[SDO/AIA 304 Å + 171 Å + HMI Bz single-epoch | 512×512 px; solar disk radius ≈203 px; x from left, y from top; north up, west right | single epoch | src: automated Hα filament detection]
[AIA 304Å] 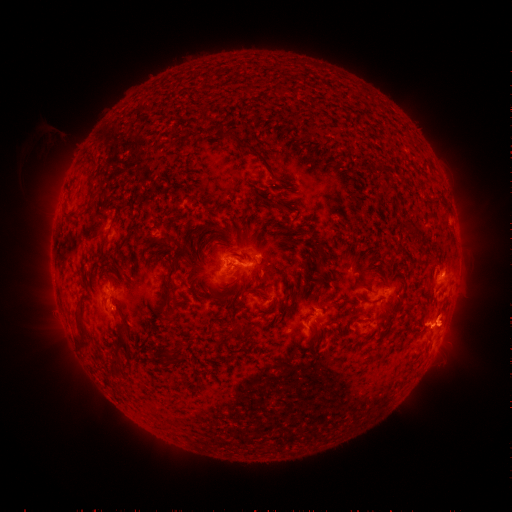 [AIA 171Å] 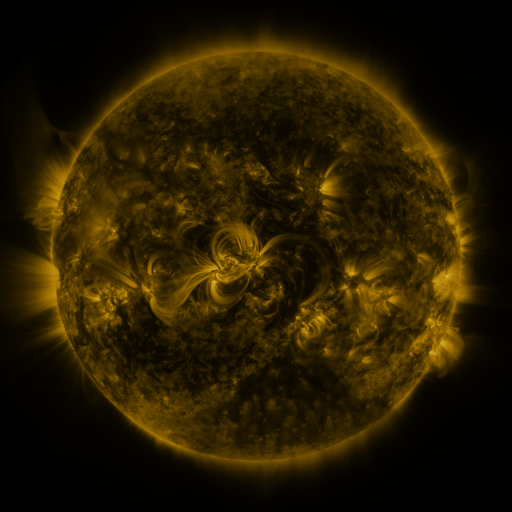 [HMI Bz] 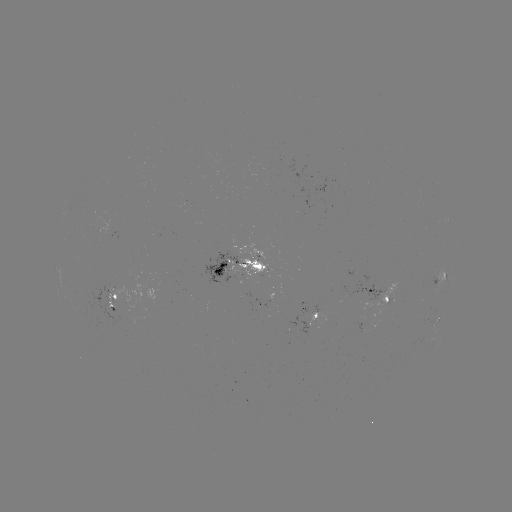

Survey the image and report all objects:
filament: [217, 122, 262, 159]
filament: [87, 178, 97, 199]
filament: [384, 185, 400, 195]
filament: [62, 209, 76, 219]
filament: [291, 213, 300, 225]
filament: [405, 229, 418, 239]
filament: [160, 235, 171, 243]
filament: [174, 240, 184, 252]
filament: [237, 252, 248, 262]
filament: [160, 263, 178, 310]
filament: [212, 266, 222, 275]
filament: [103, 273, 113, 284]
filament: [247, 287, 268, 298]
filament: [356, 295, 368, 304]
filament: [237, 298, 246, 306]
filament: [74, 313, 87, 348]
filament: [241, 324, 254, 336]
filament: [114, 333, 128, 349]
filament: [163, 342, 184, 359]
